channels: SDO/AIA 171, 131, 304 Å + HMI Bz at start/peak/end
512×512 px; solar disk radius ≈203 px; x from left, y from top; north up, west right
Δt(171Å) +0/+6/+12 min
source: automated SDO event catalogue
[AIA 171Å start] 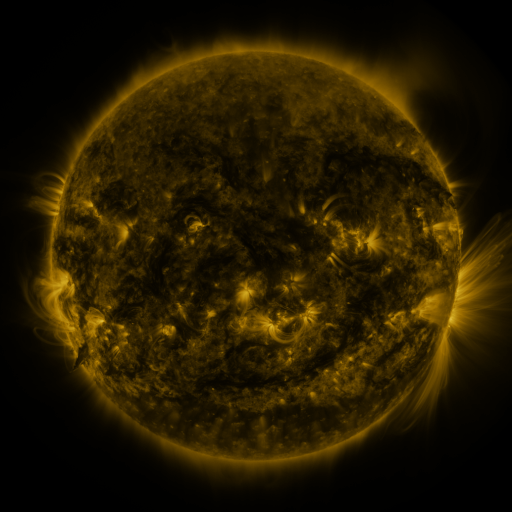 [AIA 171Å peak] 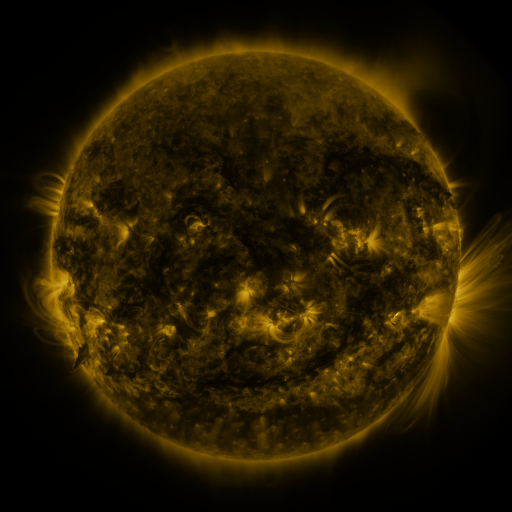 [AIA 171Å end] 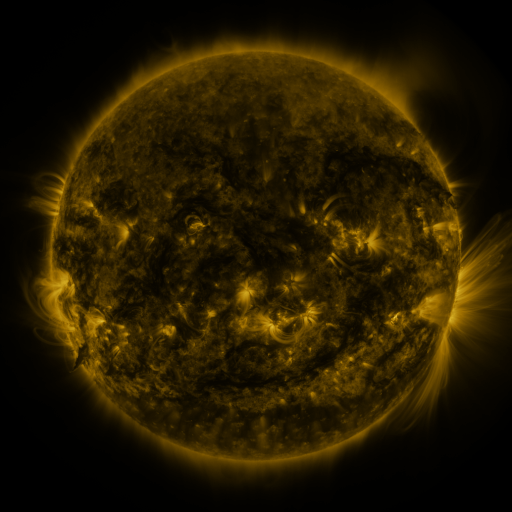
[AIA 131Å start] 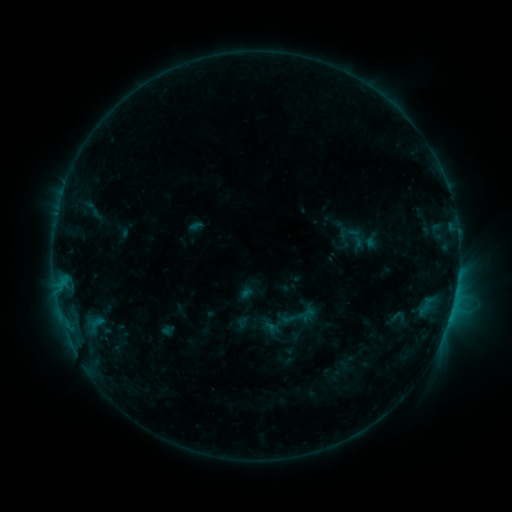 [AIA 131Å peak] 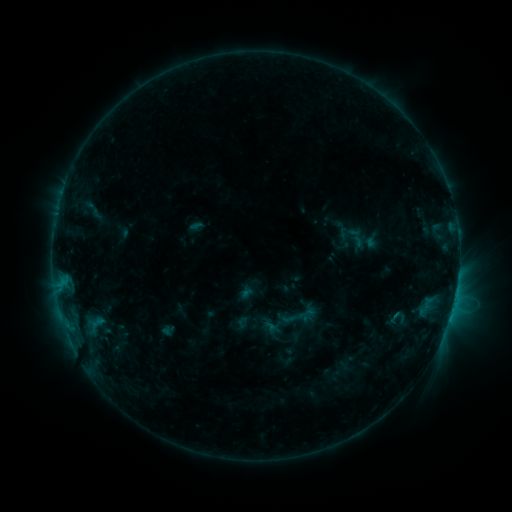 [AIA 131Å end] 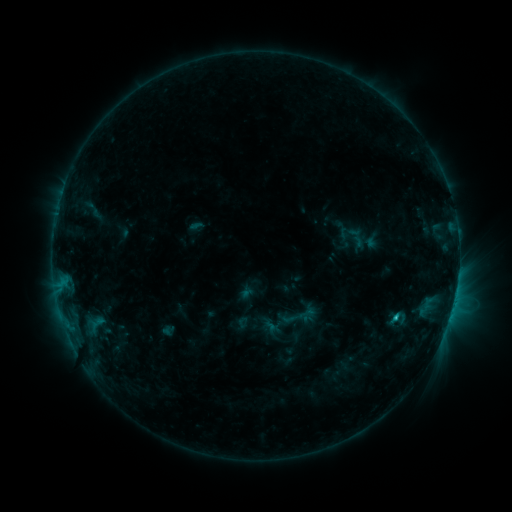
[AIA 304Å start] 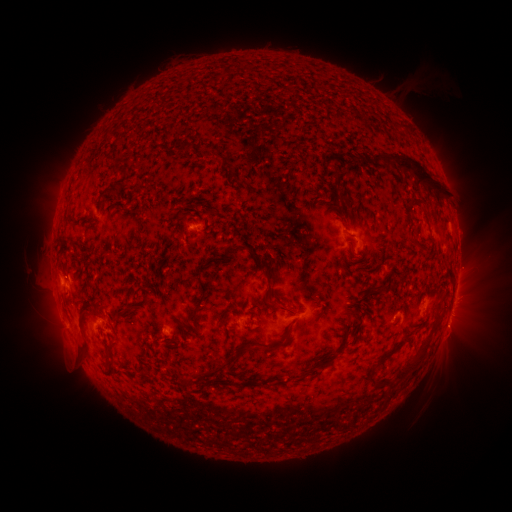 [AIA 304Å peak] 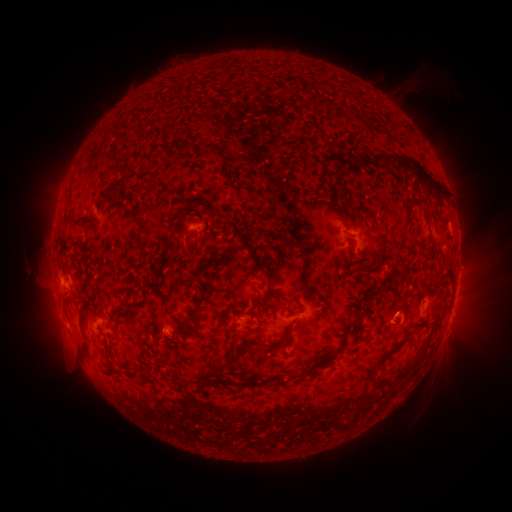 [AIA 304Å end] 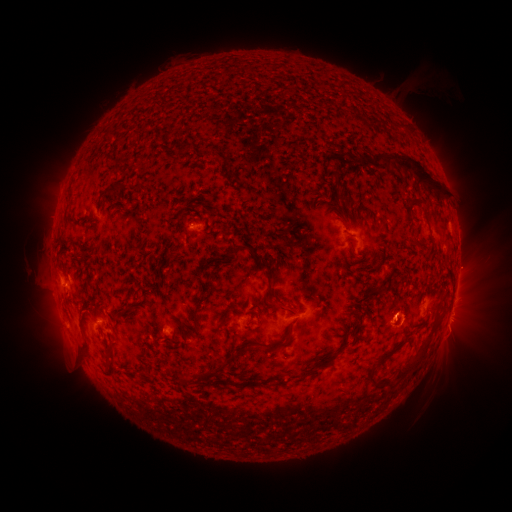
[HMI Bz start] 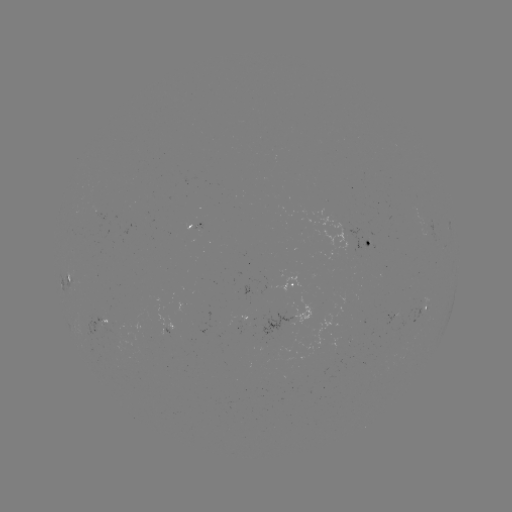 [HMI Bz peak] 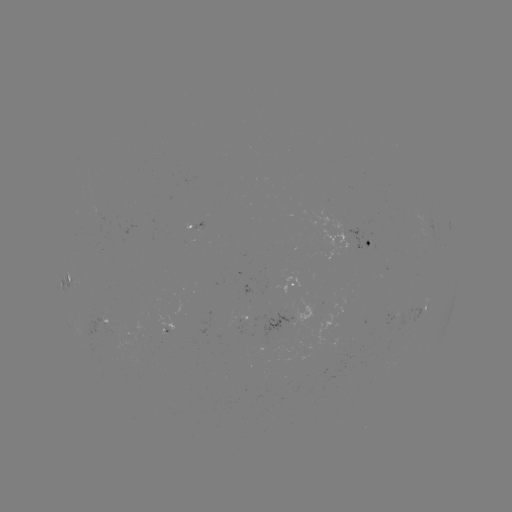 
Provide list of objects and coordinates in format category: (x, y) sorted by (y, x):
eruption: (400, 324)
